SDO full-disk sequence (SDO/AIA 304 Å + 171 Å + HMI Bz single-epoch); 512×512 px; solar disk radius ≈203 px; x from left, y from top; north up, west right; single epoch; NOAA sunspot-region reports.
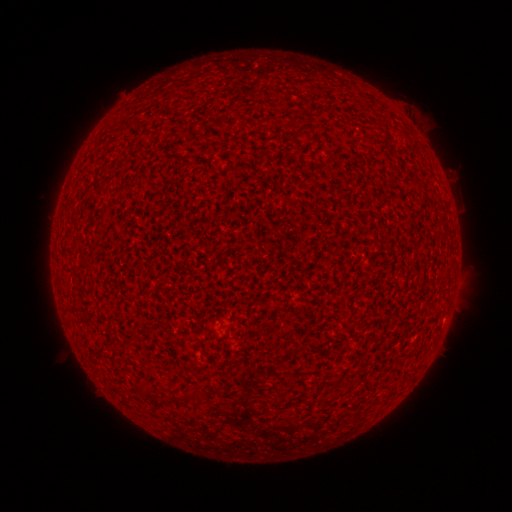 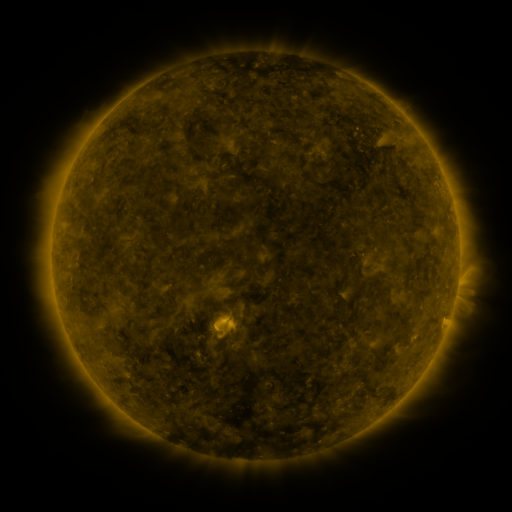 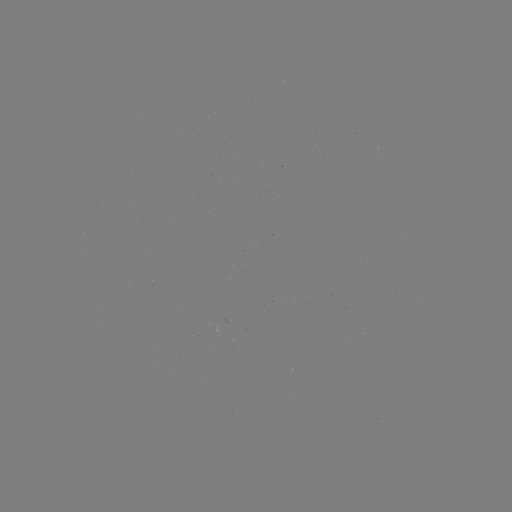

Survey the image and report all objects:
(none)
